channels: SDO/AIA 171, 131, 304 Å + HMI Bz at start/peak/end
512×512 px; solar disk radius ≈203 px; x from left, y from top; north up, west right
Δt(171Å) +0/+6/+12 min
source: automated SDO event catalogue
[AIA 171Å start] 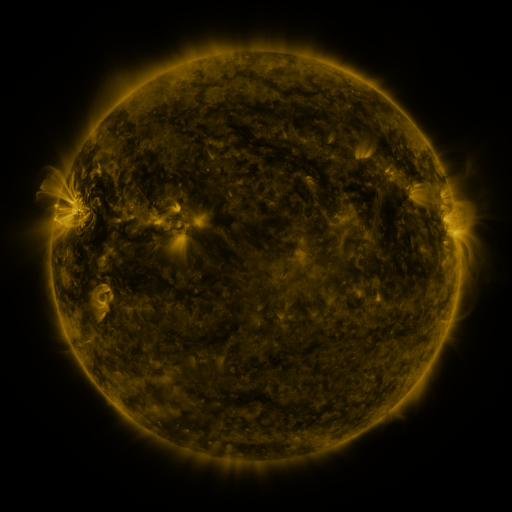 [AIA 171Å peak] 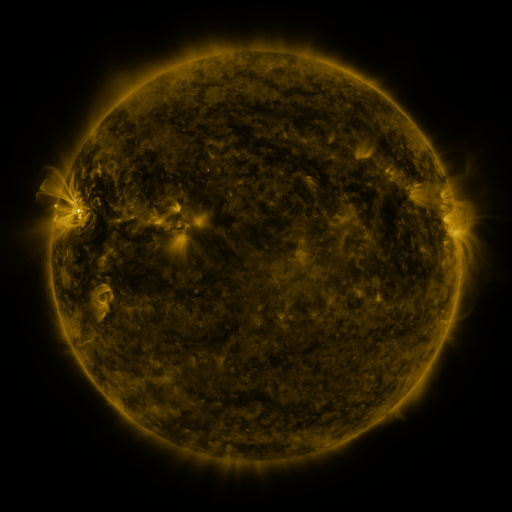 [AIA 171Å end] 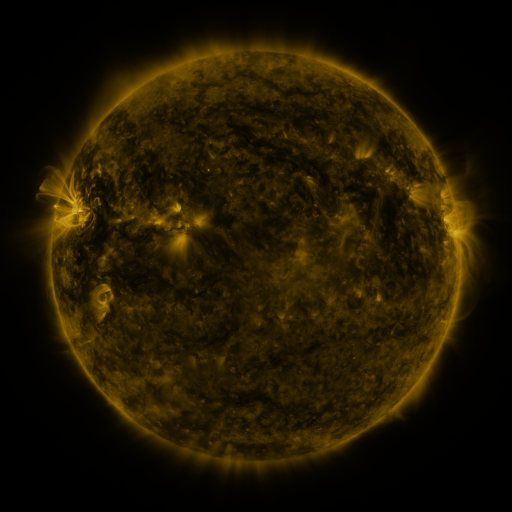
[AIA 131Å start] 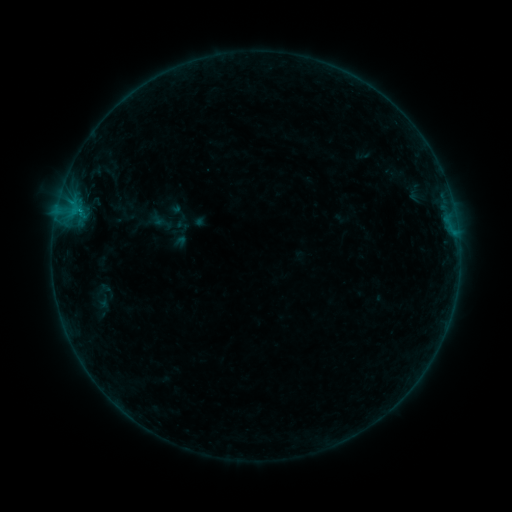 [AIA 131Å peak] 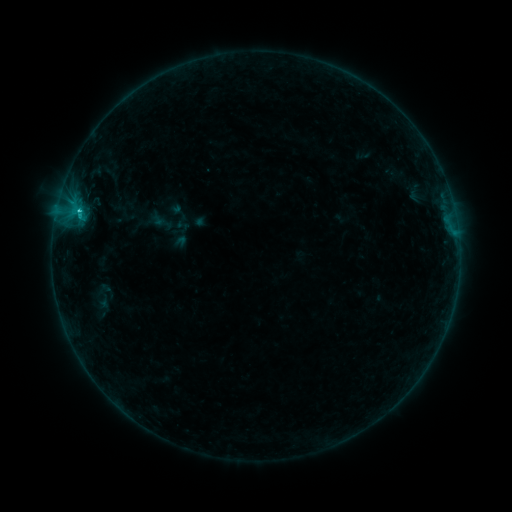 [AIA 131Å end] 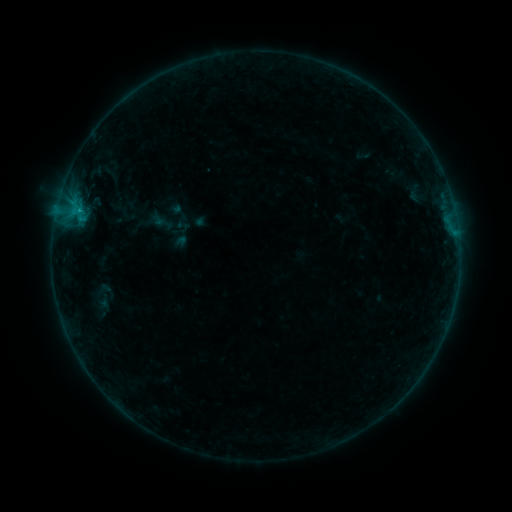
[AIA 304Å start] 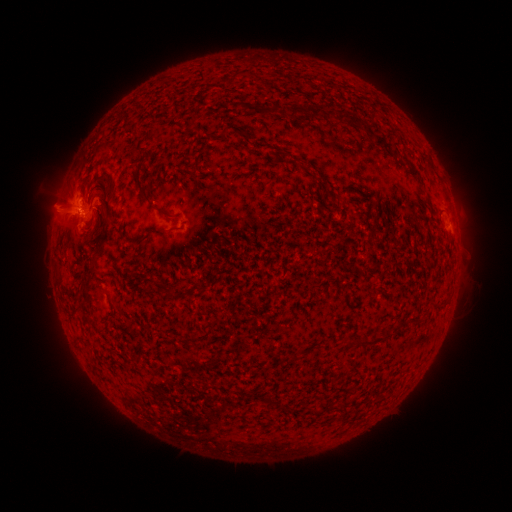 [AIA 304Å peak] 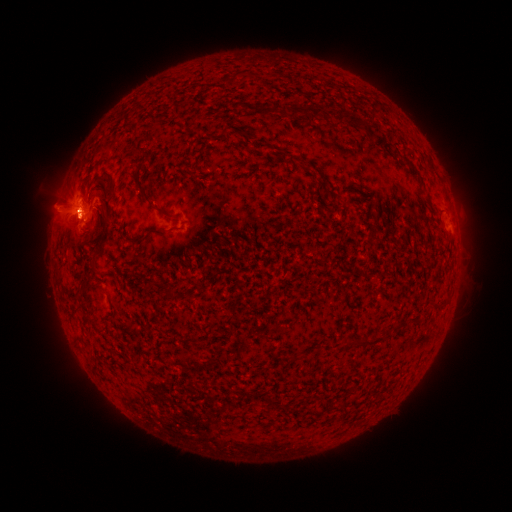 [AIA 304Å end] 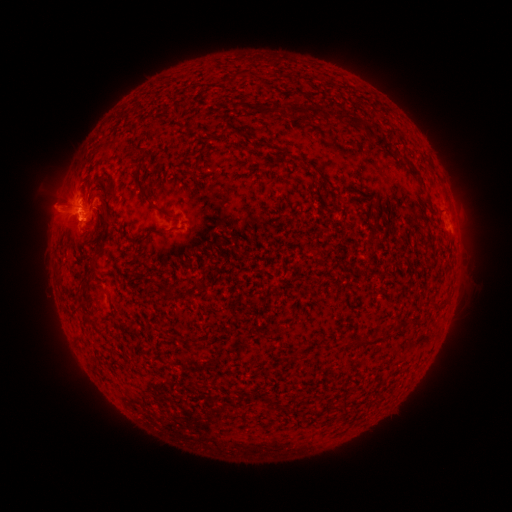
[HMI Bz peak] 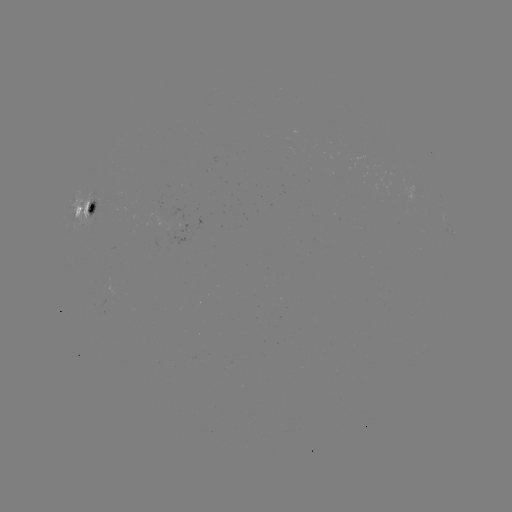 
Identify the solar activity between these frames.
C1.6 flare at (80, 214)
